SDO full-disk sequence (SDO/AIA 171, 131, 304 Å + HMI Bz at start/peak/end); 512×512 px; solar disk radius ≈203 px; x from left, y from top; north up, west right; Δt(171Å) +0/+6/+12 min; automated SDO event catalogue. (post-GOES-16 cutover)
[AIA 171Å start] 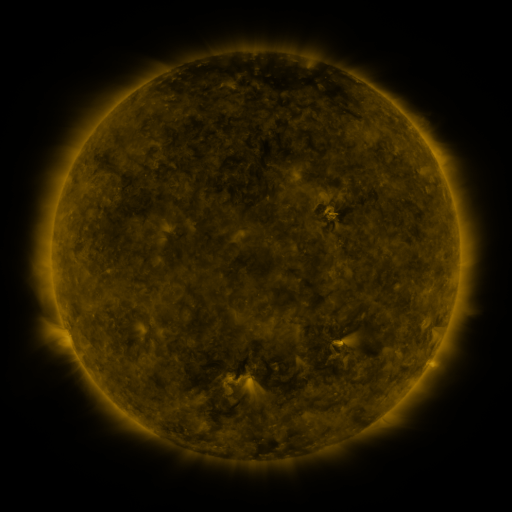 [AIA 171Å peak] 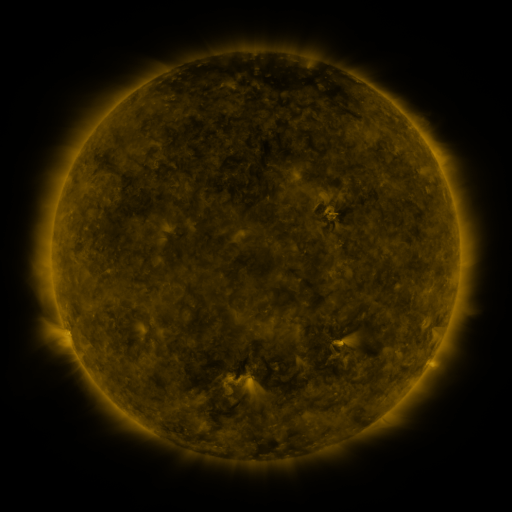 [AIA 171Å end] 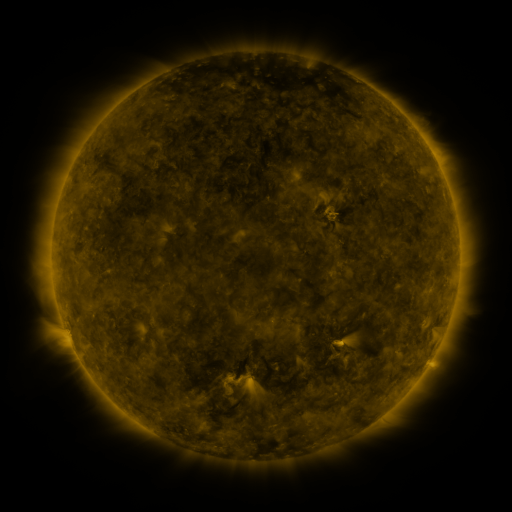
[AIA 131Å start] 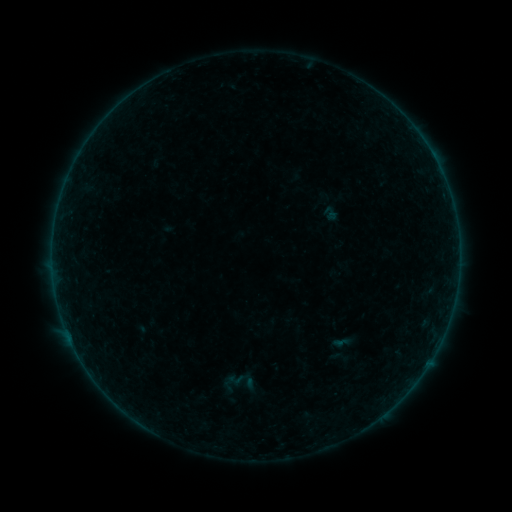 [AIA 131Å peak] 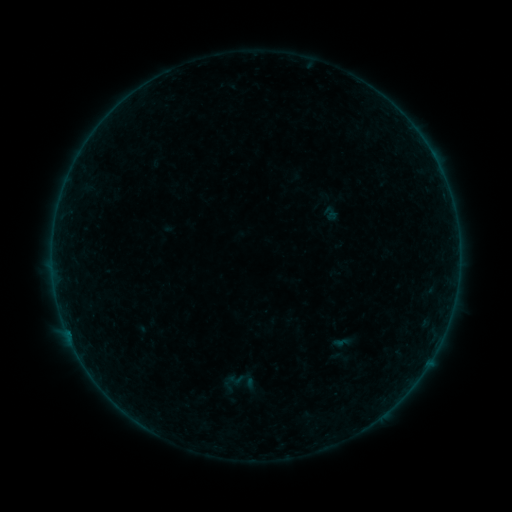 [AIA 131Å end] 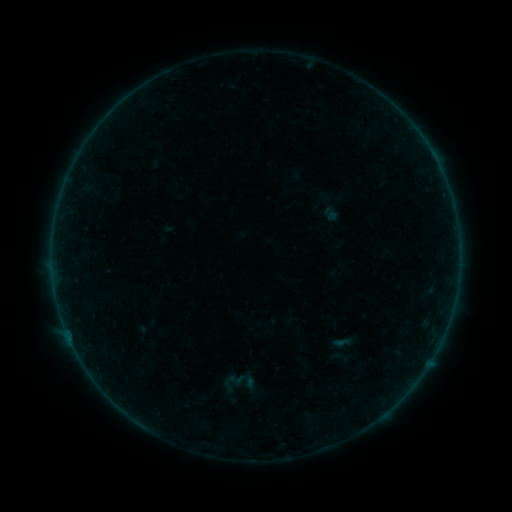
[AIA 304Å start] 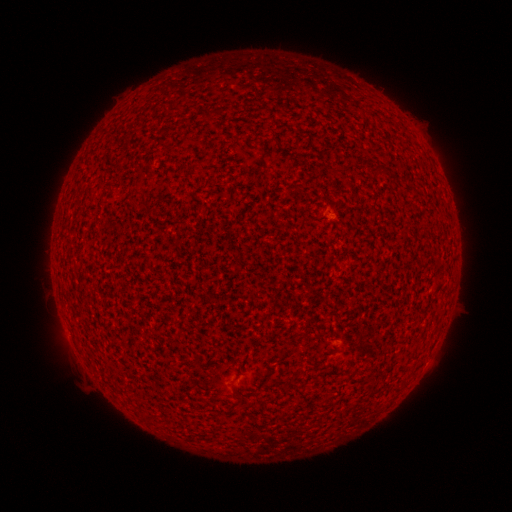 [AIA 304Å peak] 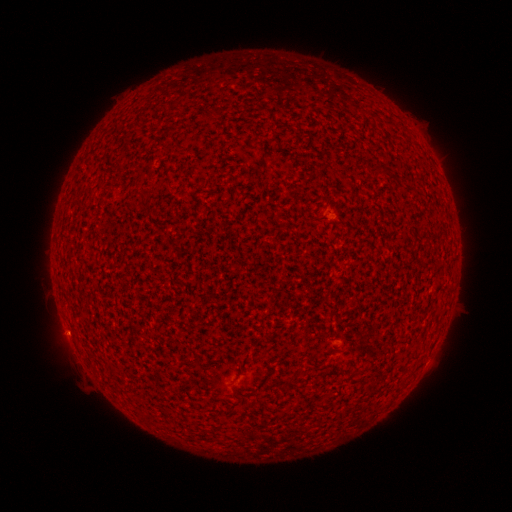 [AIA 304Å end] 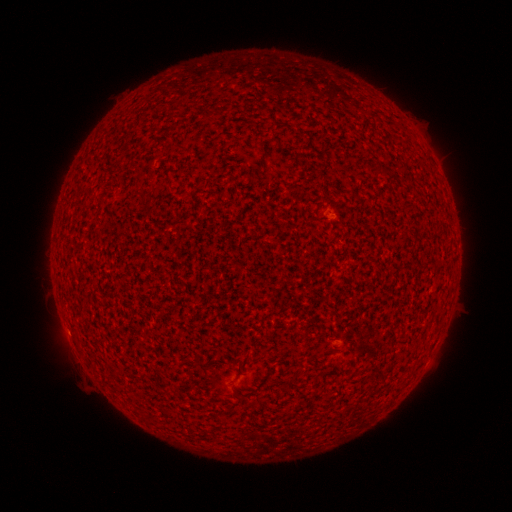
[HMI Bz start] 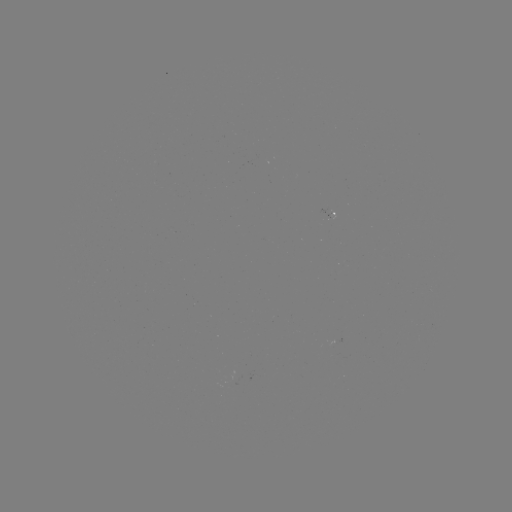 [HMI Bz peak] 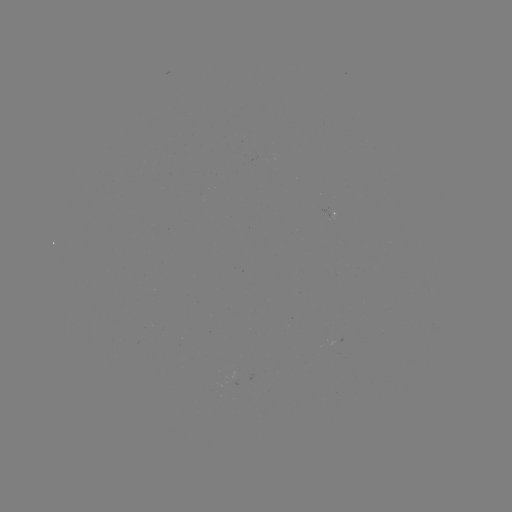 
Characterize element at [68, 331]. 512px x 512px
A1.7 flare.